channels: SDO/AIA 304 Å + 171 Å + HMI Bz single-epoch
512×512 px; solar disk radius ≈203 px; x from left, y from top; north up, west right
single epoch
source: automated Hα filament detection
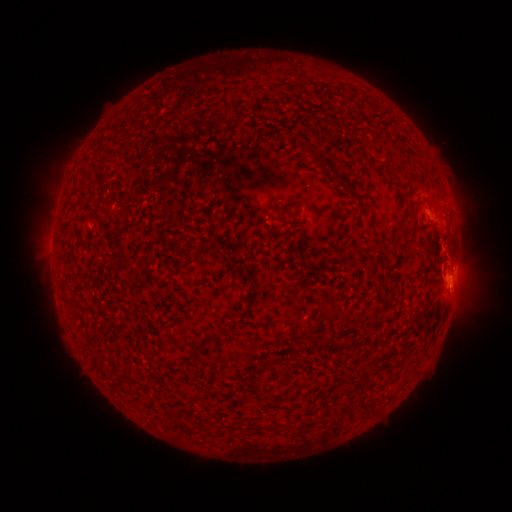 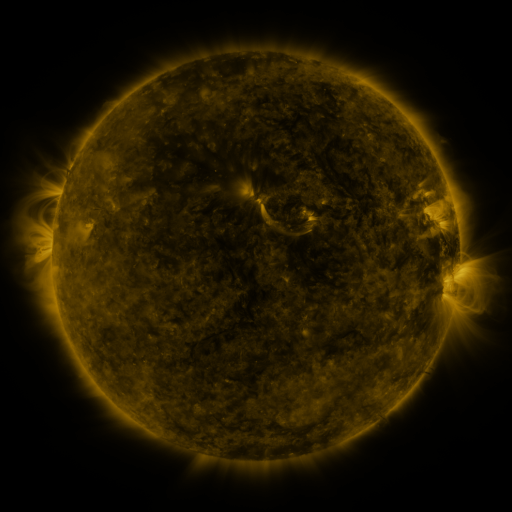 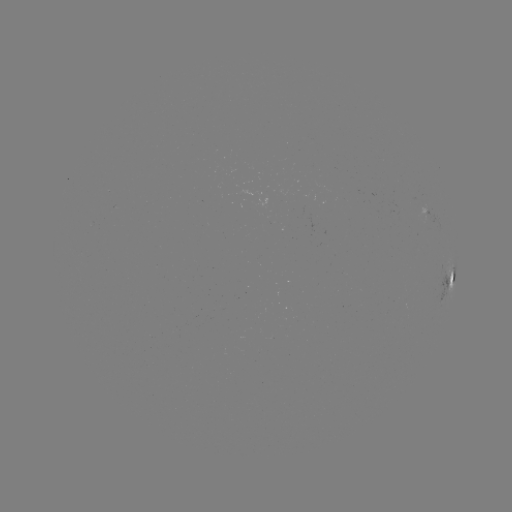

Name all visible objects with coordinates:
filament: [303, 141, 313, 153]
filament: [323, 303, 338, 323]
filament: [414, 310, 424, 319]
filament: [190, 335, 212, 354]
